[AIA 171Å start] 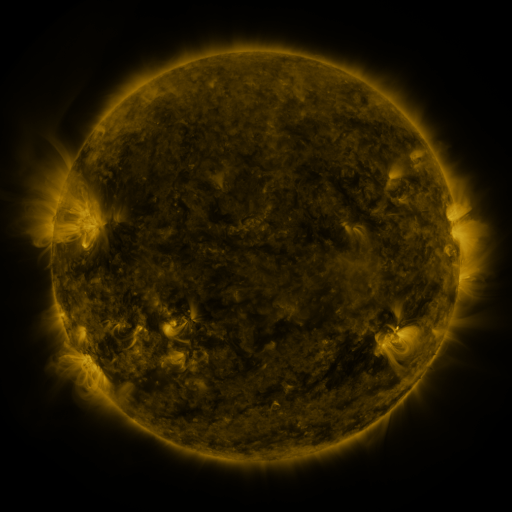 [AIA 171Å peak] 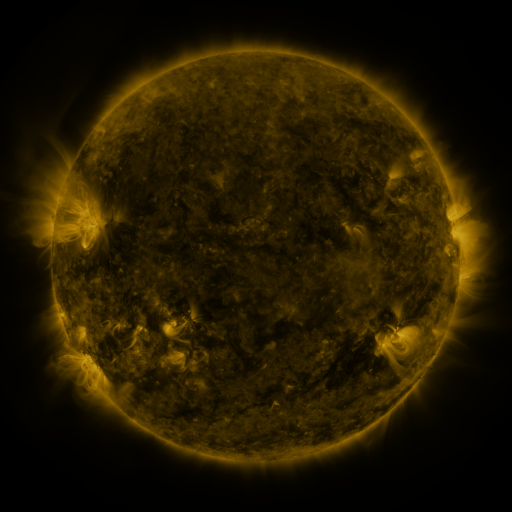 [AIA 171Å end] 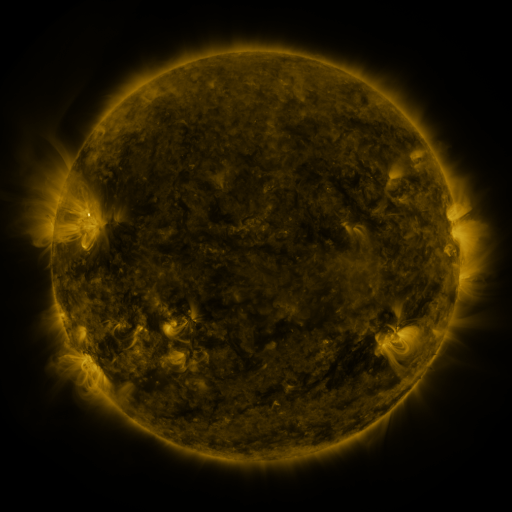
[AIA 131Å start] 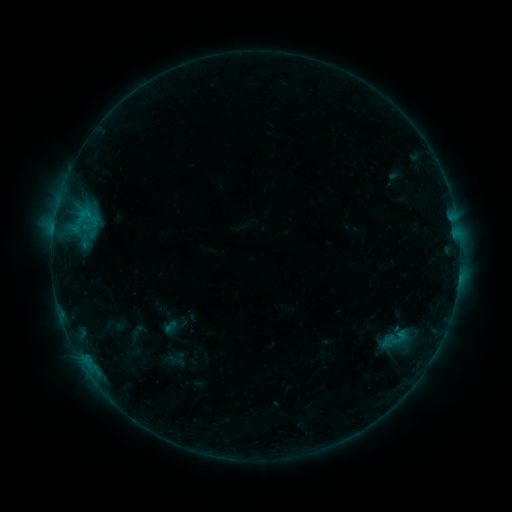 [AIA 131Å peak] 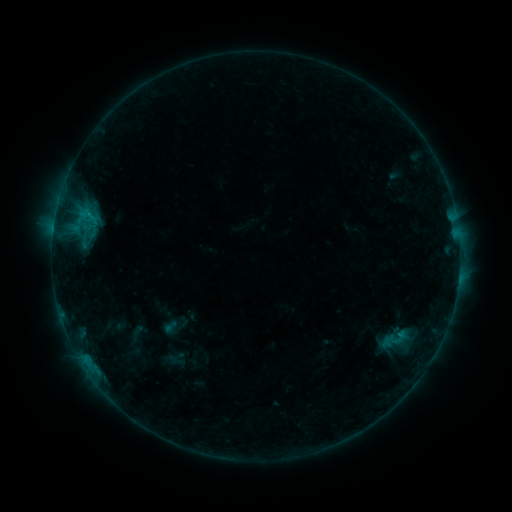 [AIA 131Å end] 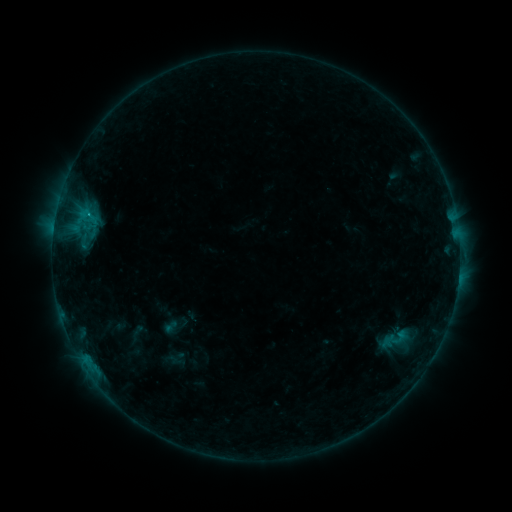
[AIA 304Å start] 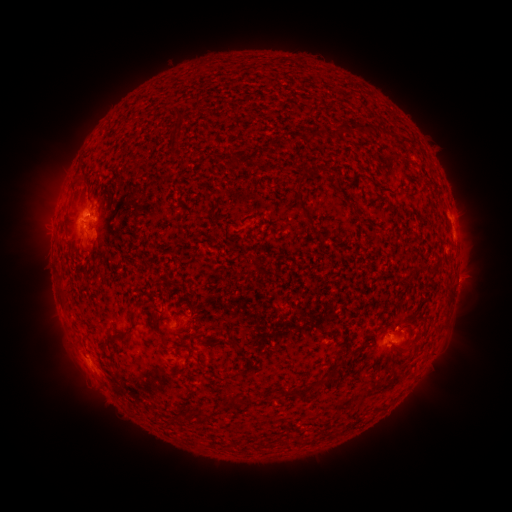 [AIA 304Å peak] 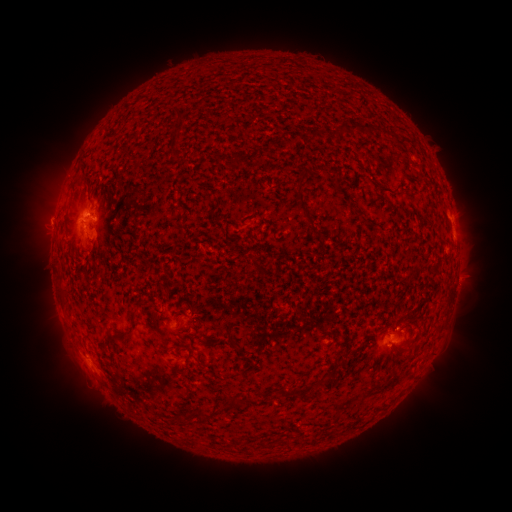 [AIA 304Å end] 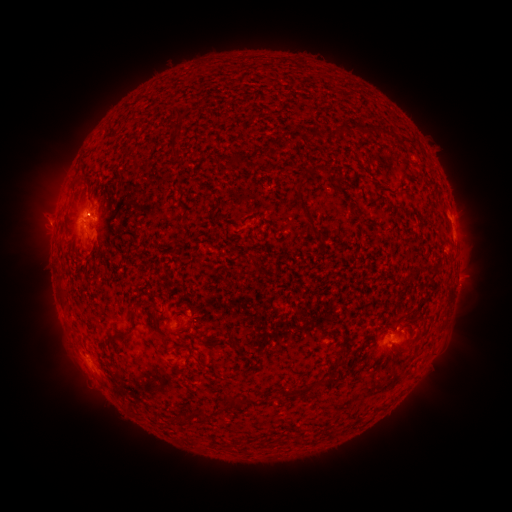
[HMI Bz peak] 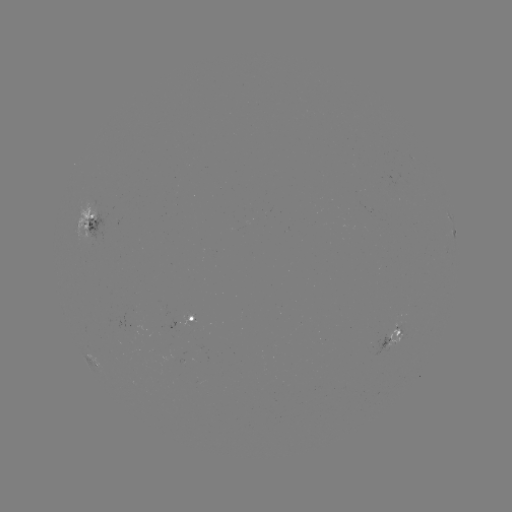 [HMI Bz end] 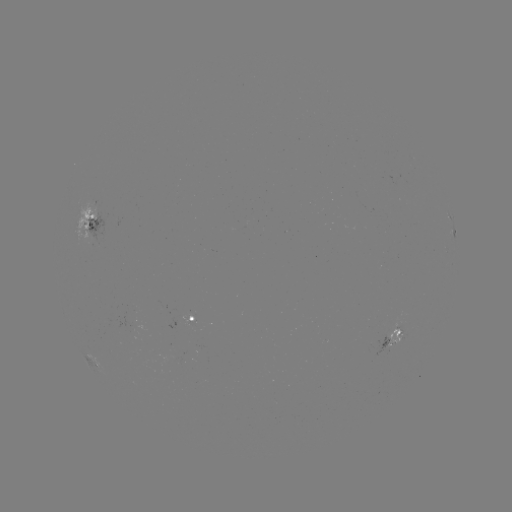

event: eruption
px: (43, 220)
